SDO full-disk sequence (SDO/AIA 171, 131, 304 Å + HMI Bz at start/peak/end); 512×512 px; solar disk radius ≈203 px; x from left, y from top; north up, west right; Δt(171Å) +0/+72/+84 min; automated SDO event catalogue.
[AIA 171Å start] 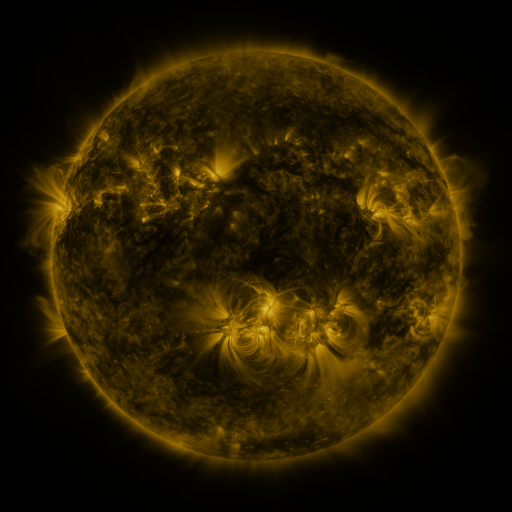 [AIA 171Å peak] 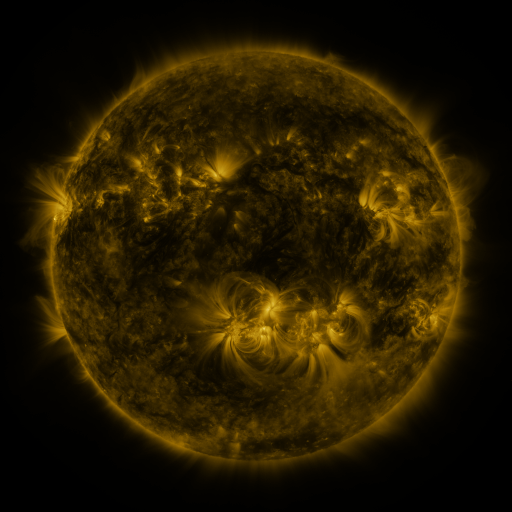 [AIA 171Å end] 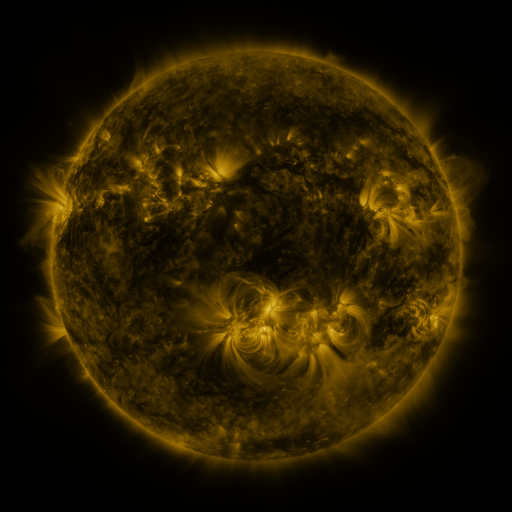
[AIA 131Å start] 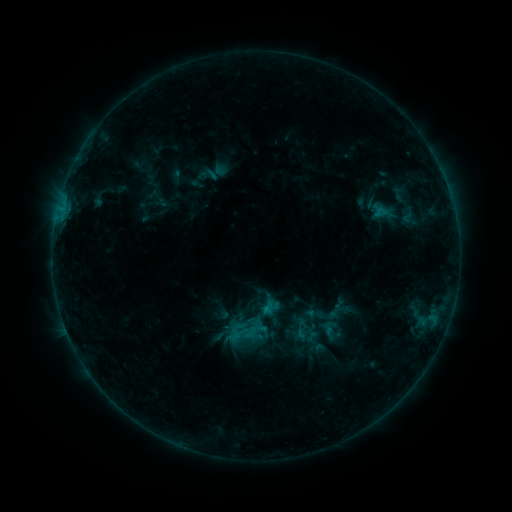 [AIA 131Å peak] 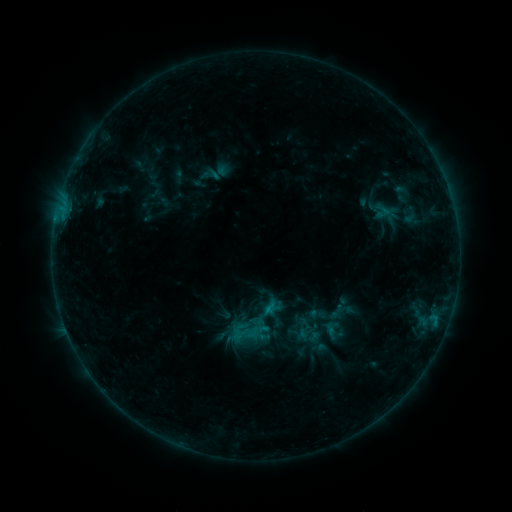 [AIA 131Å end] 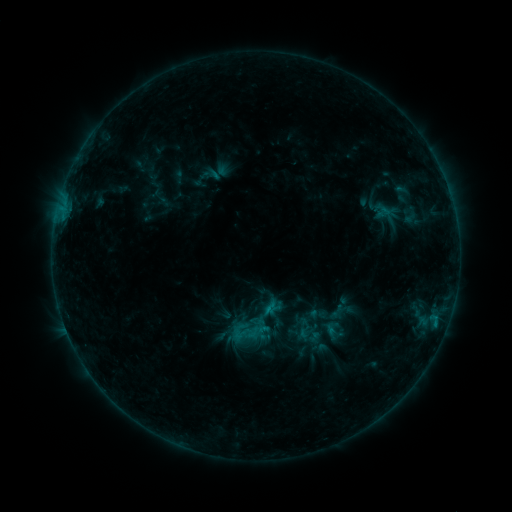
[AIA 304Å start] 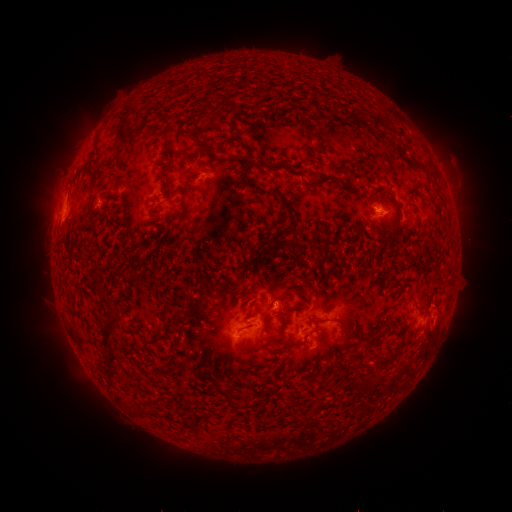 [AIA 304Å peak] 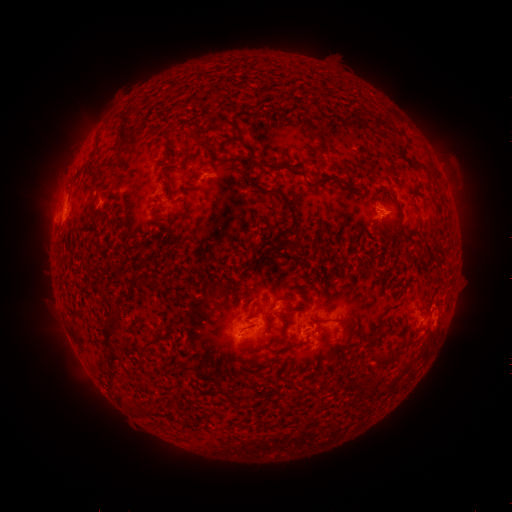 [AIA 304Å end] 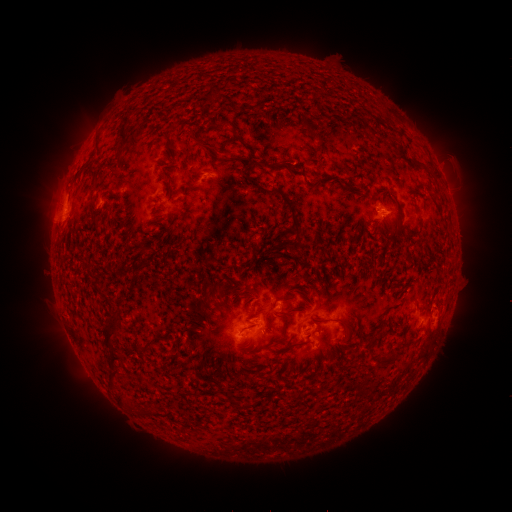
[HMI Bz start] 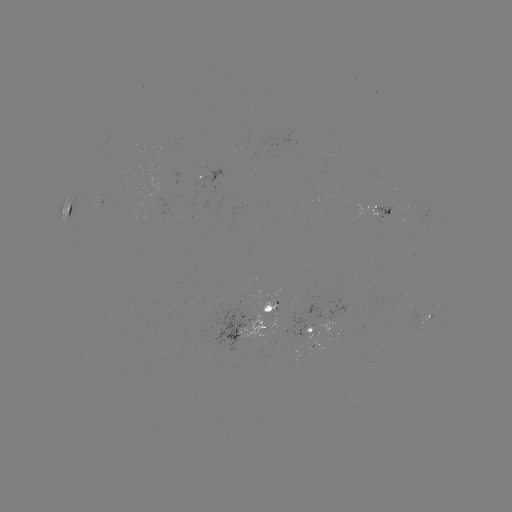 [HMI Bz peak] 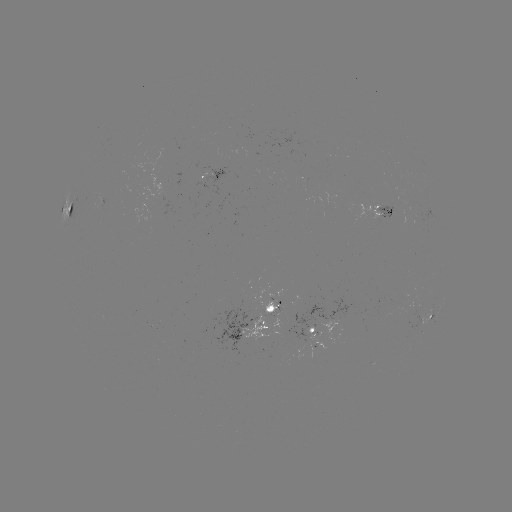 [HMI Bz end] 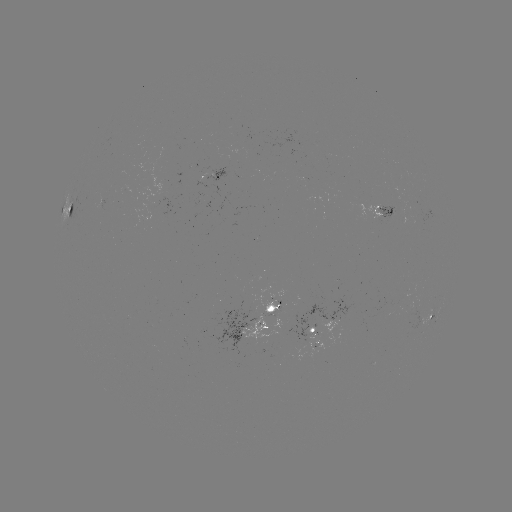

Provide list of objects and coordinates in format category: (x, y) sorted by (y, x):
emerging-flux region: (272, 313)
